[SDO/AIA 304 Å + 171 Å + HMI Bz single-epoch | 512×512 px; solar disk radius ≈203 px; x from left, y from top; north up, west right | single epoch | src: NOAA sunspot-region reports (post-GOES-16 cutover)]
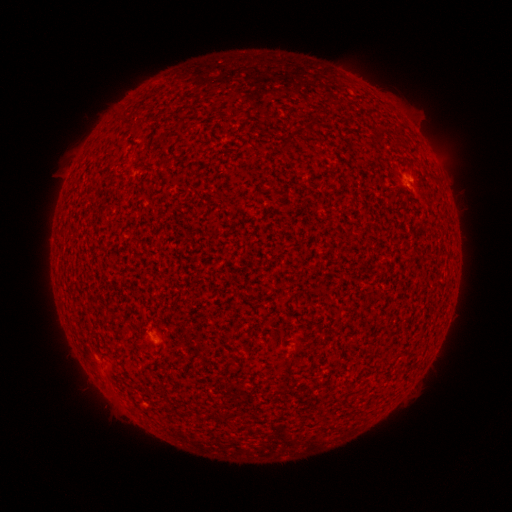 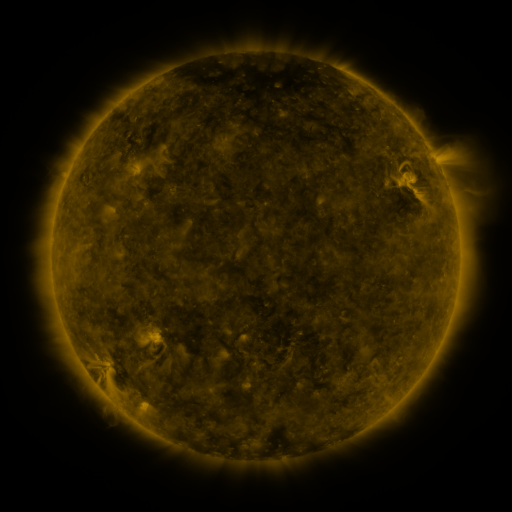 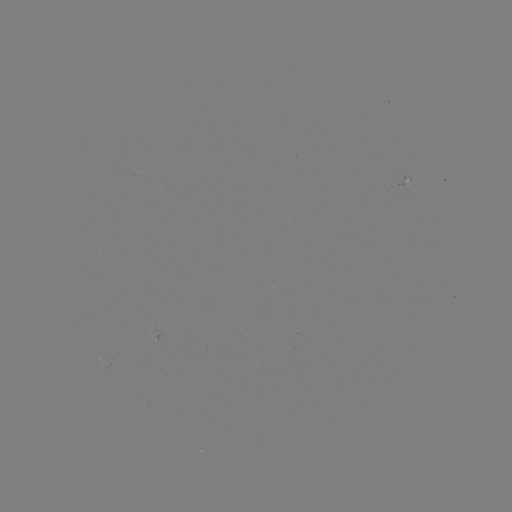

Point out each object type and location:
spotted active region: (156, 337)
